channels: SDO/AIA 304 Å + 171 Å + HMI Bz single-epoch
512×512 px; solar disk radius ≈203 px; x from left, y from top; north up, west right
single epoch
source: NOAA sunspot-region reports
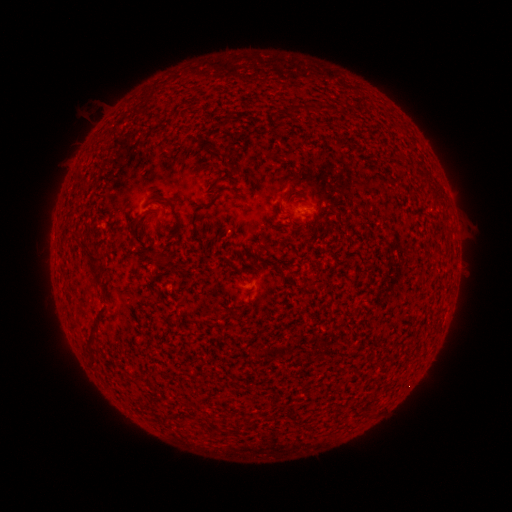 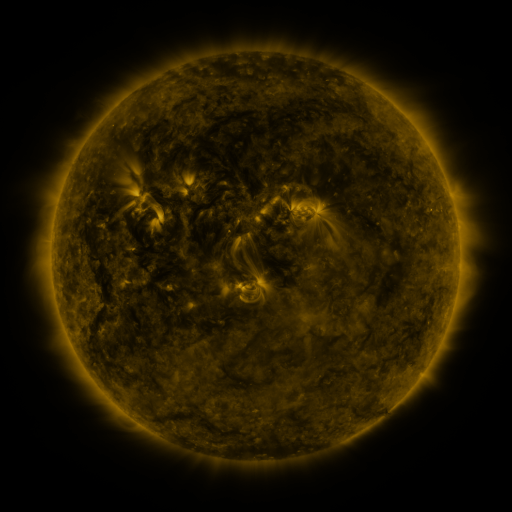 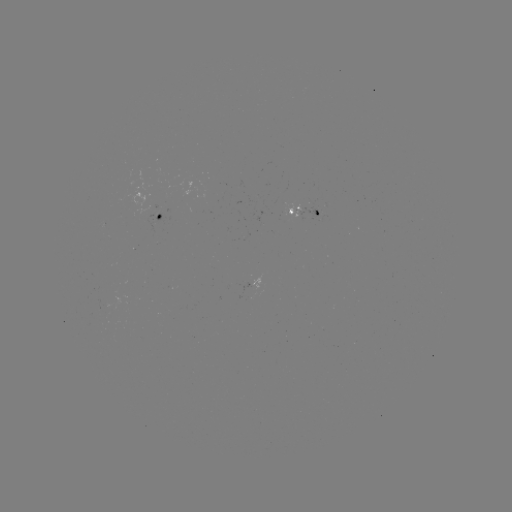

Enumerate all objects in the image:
spotted active region: (304, 214)
spotted active region: (162, 217)
